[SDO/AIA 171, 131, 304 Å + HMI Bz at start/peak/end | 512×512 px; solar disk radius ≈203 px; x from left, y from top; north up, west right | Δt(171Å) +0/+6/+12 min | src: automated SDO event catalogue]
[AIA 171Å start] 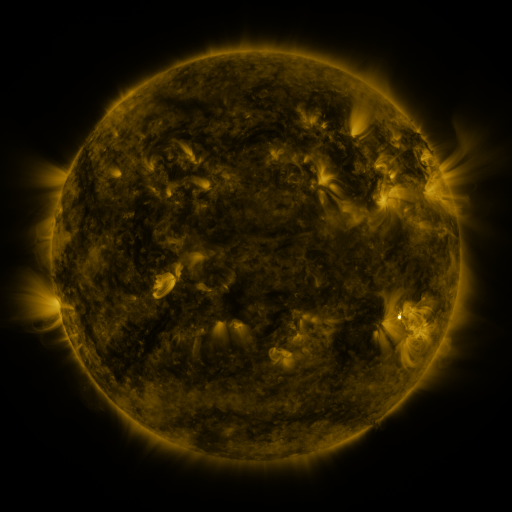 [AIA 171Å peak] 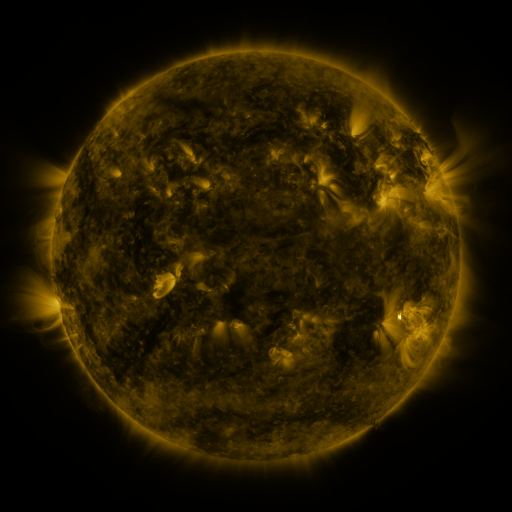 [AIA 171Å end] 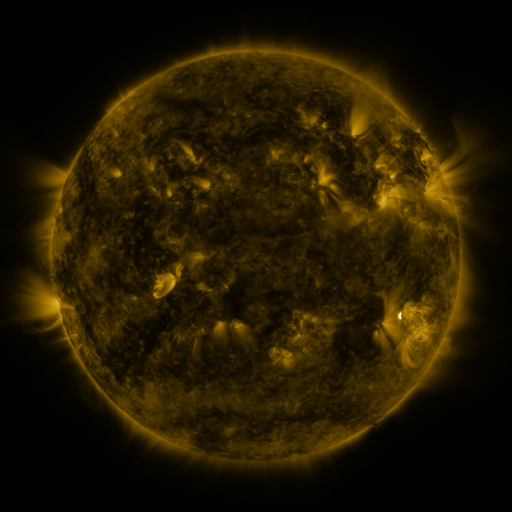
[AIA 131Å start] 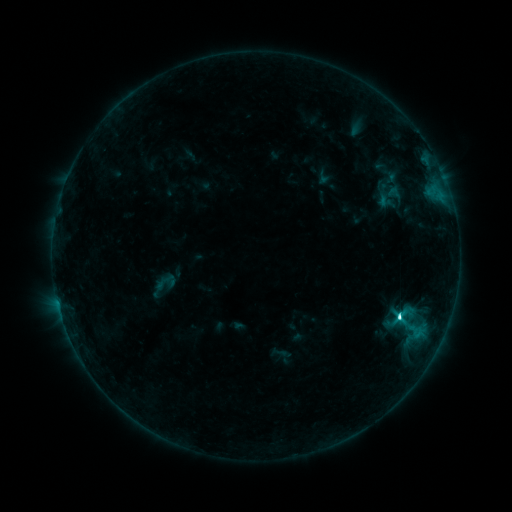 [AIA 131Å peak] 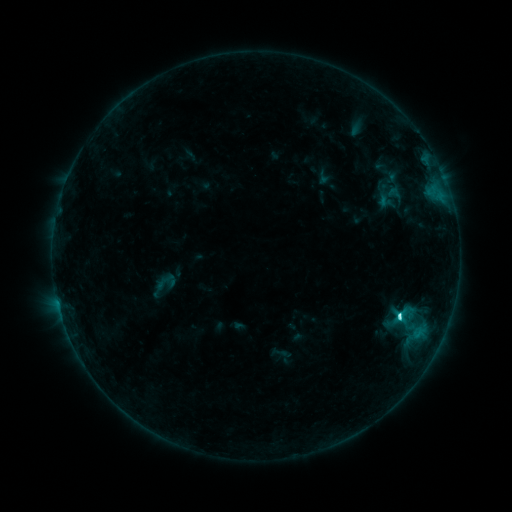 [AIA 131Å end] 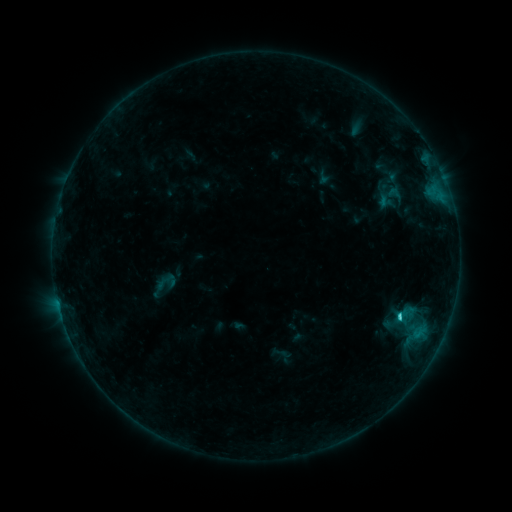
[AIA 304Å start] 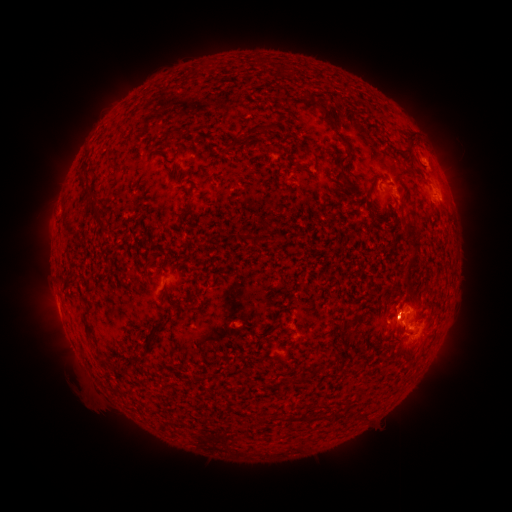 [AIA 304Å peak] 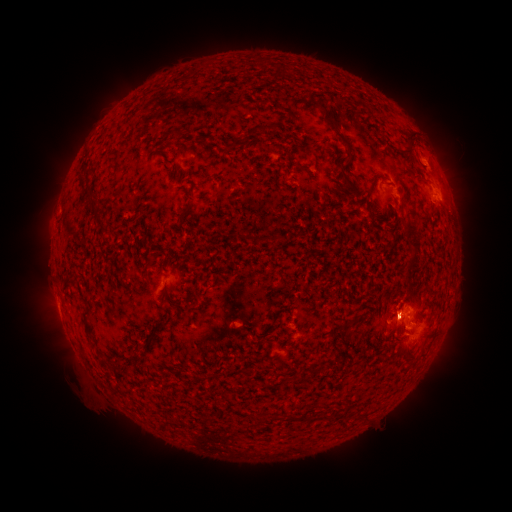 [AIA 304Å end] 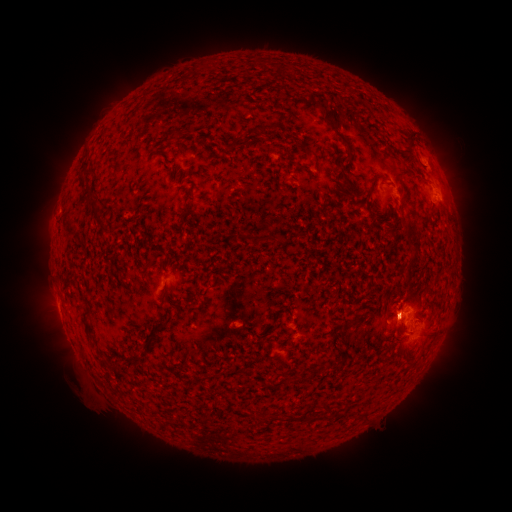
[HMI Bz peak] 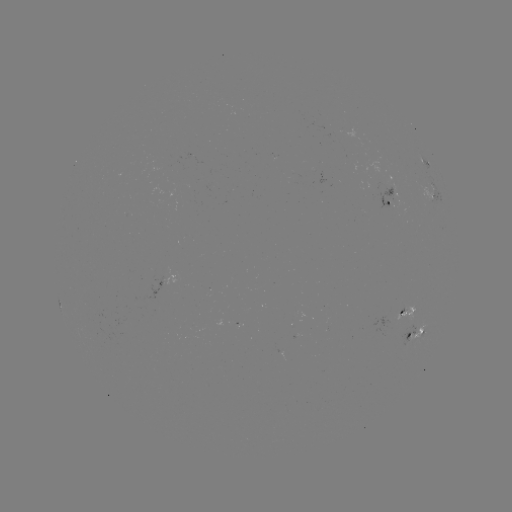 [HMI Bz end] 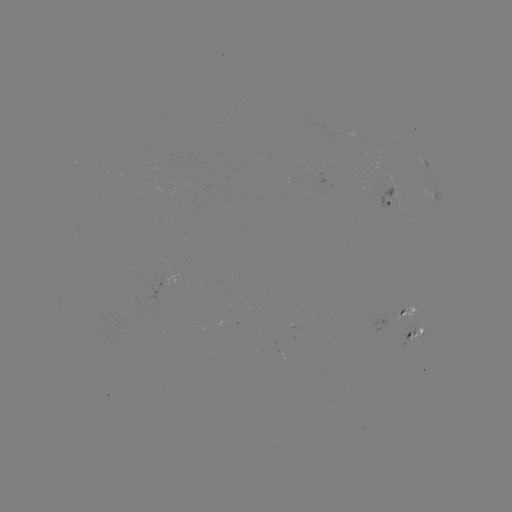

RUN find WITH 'eruption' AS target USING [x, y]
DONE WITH [397, 301] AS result